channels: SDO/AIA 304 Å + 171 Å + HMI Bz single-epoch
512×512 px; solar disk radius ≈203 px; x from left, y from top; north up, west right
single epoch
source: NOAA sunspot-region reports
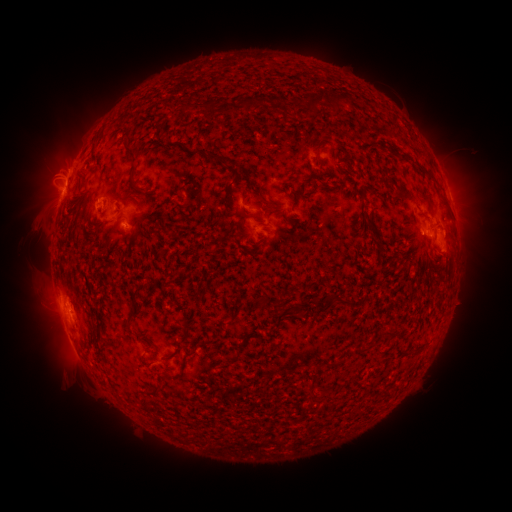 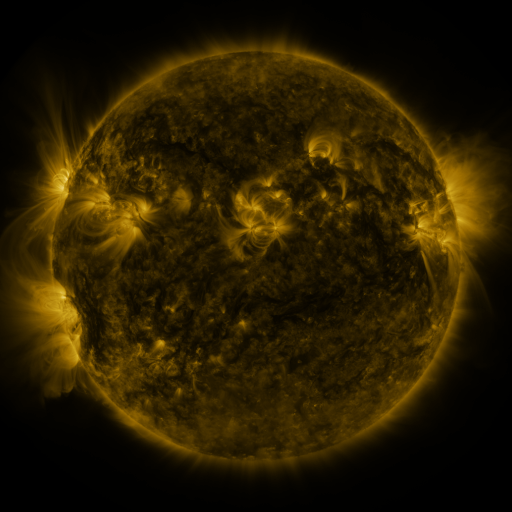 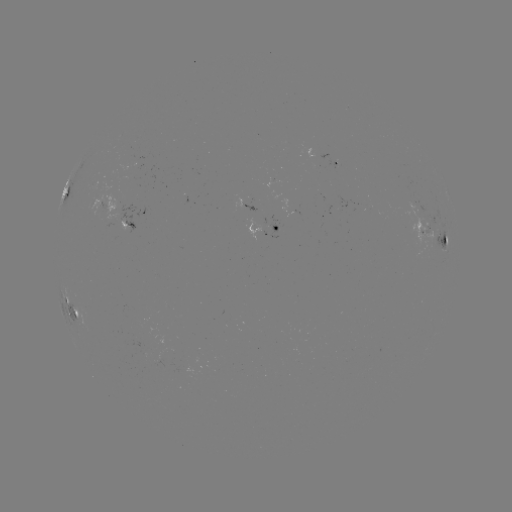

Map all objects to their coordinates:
spotted active region: (335, 162)
spotted active region: (77, 184)
spotted active region: (104, 205)
spotted active region: (249, 207)
spotted active region: (130, 221)
spotted active region: (266, 228)
spotted active region: (428, 232)
spotted active region: (439, 241)
spotted active region: (70, 303)
